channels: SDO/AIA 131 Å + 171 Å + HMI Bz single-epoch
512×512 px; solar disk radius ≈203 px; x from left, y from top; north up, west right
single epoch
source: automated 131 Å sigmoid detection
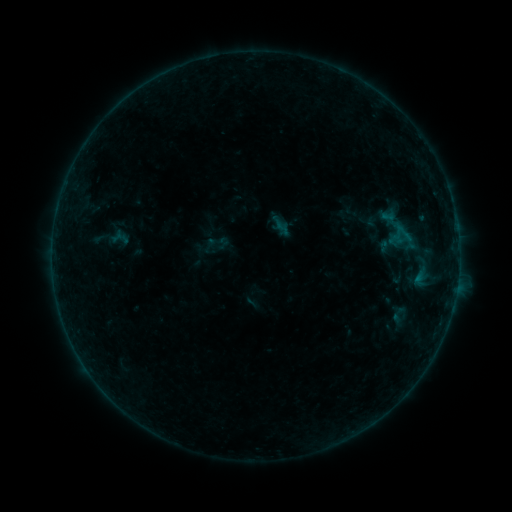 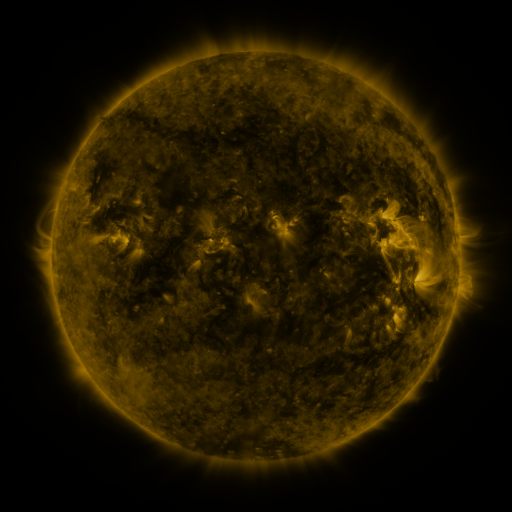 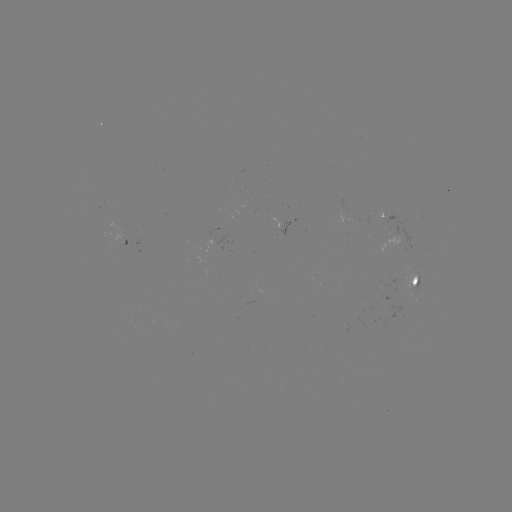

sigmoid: (391, 222, 416, 243)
